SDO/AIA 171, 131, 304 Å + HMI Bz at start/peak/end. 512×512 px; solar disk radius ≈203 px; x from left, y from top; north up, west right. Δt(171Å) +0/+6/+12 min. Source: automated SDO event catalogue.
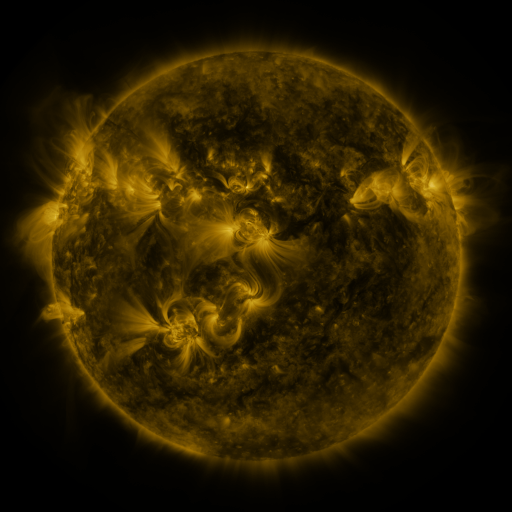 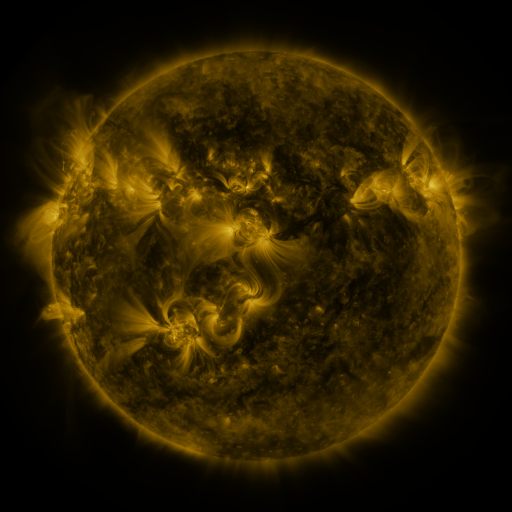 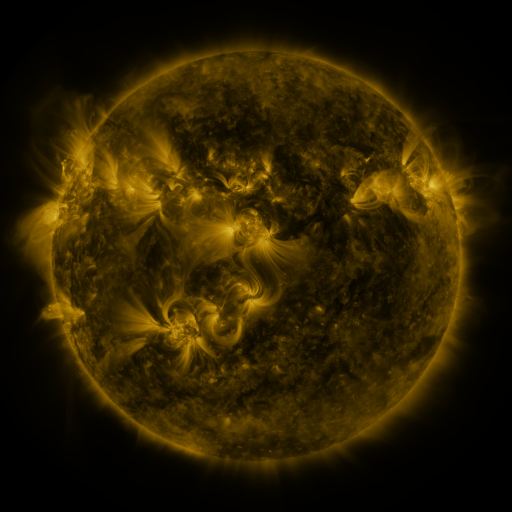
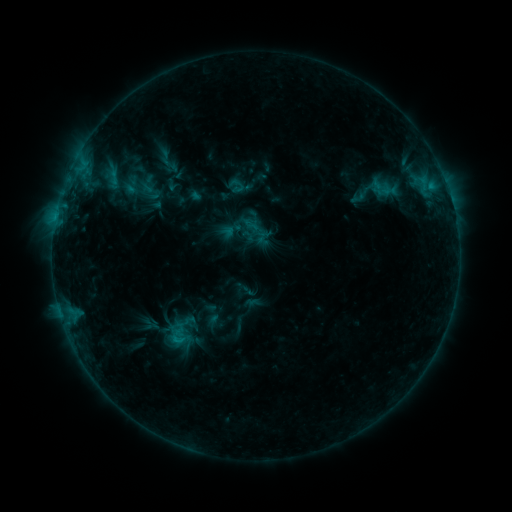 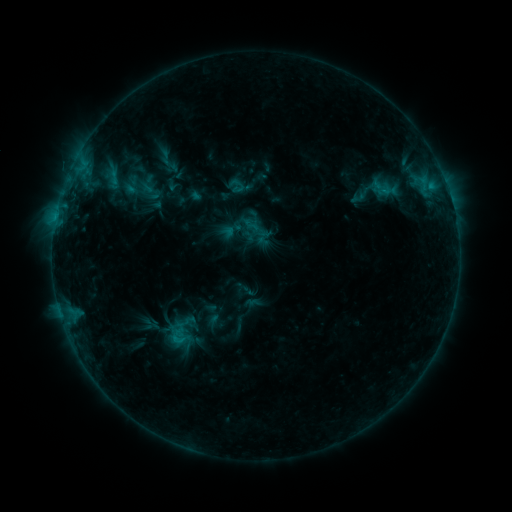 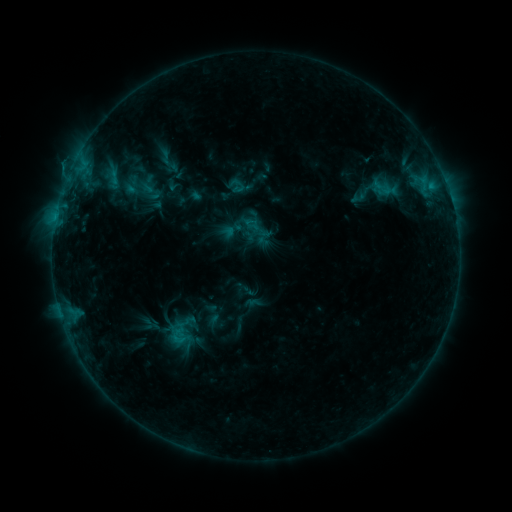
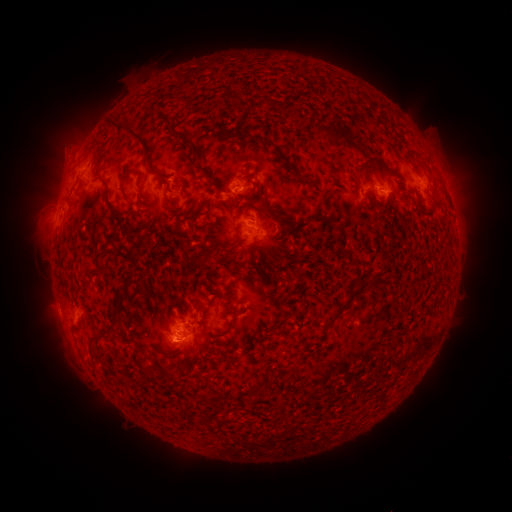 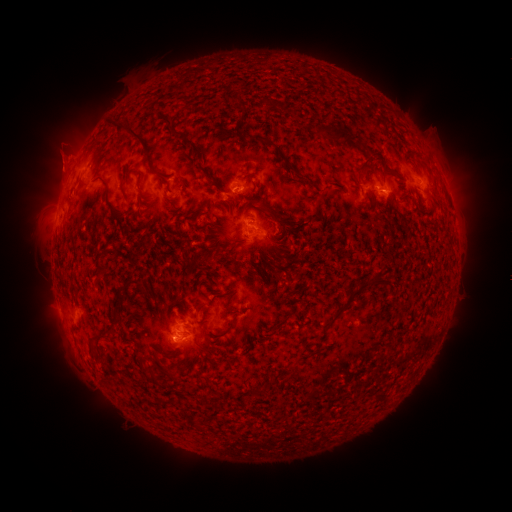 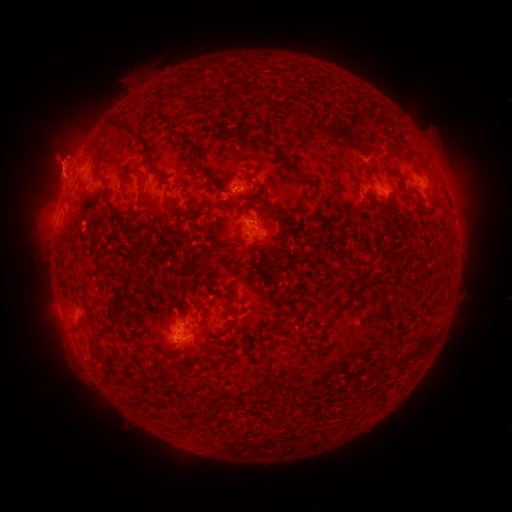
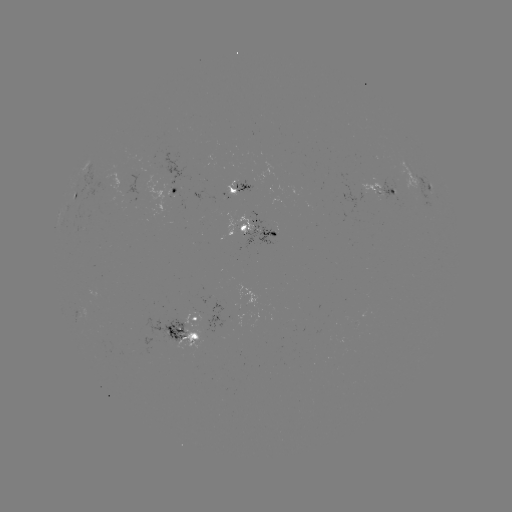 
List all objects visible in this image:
eruption: (382, 162)
